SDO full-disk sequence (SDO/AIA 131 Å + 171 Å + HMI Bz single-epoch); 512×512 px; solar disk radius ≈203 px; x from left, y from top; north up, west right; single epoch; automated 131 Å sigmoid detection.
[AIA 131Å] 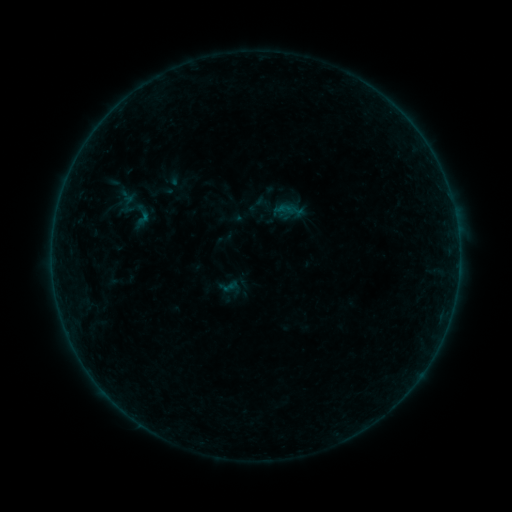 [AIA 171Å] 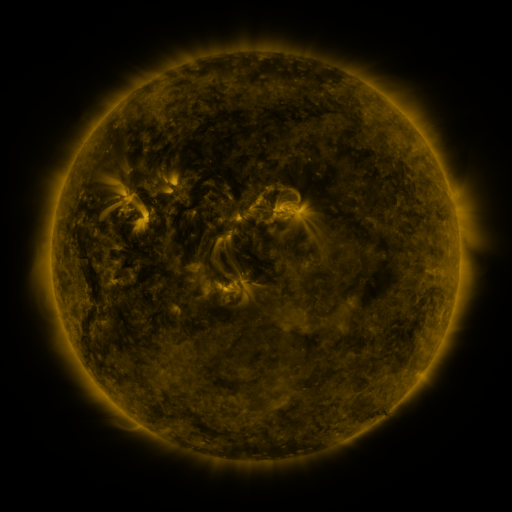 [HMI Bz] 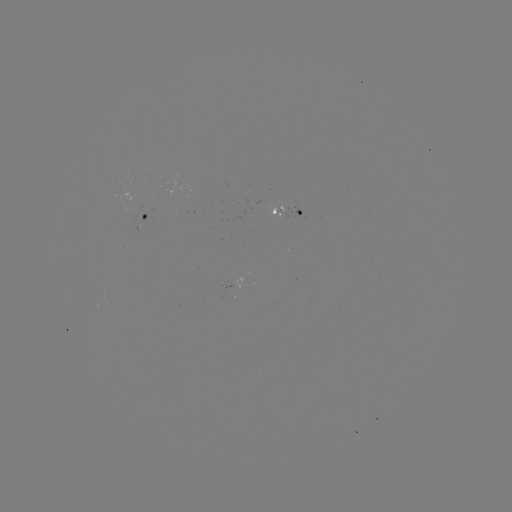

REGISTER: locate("sigmoid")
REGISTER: [143, 218]